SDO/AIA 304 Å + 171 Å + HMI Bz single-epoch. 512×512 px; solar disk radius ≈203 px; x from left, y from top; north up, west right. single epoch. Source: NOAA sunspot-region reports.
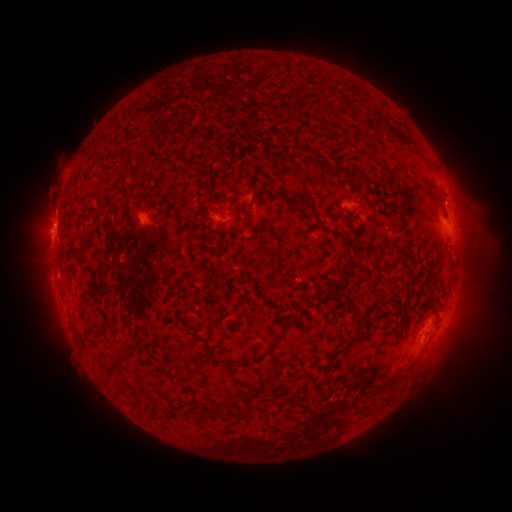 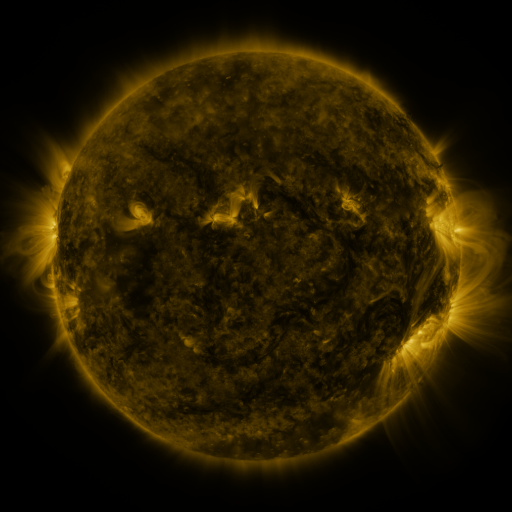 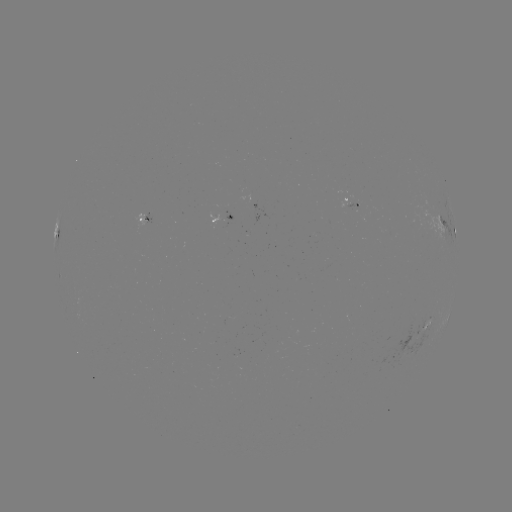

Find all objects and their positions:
spotted active region: (355, 203)
spotted active region: (225, 215)
spotted active region: (148, 220)
spotted active region: (449, 232)
spotted active region: (426, 326)
